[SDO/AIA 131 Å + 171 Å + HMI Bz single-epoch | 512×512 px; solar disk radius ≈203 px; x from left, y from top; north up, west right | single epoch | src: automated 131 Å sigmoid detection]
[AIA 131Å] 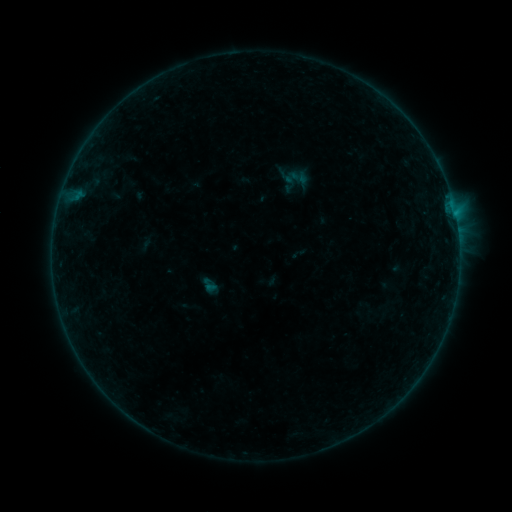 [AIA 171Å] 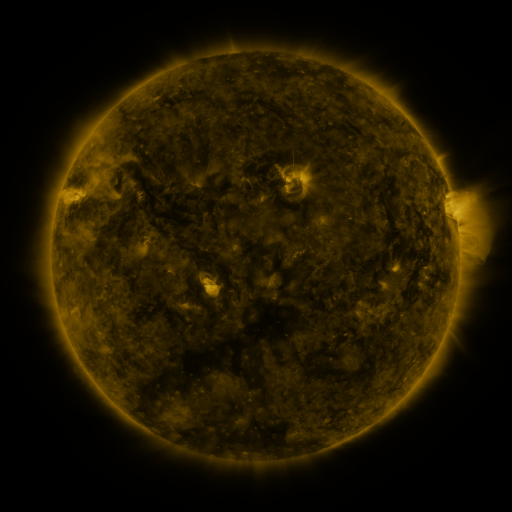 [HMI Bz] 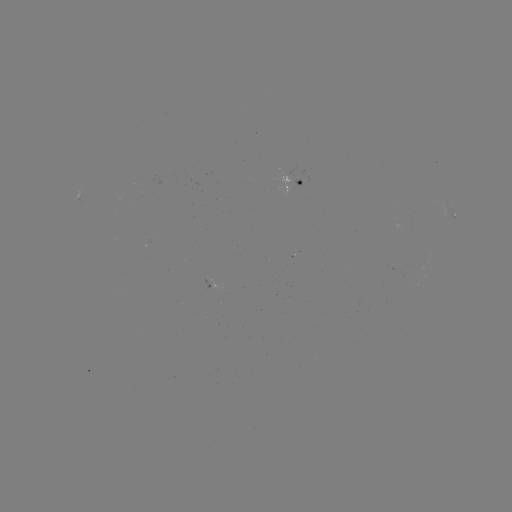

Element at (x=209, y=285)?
sigmoid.